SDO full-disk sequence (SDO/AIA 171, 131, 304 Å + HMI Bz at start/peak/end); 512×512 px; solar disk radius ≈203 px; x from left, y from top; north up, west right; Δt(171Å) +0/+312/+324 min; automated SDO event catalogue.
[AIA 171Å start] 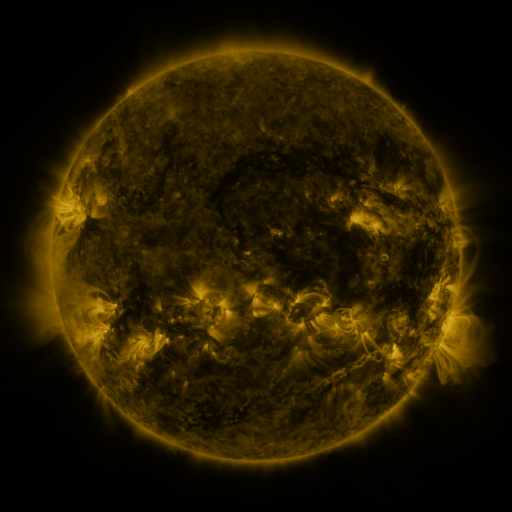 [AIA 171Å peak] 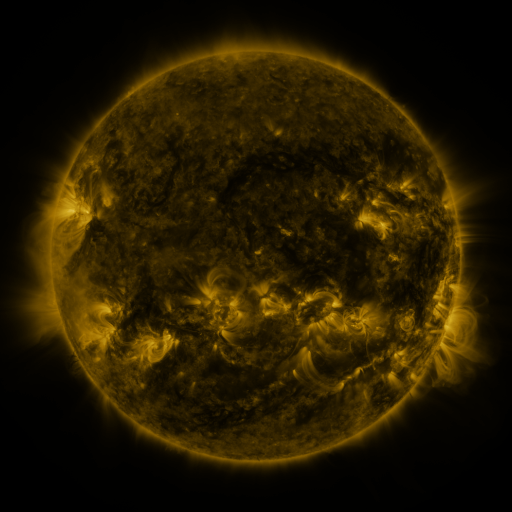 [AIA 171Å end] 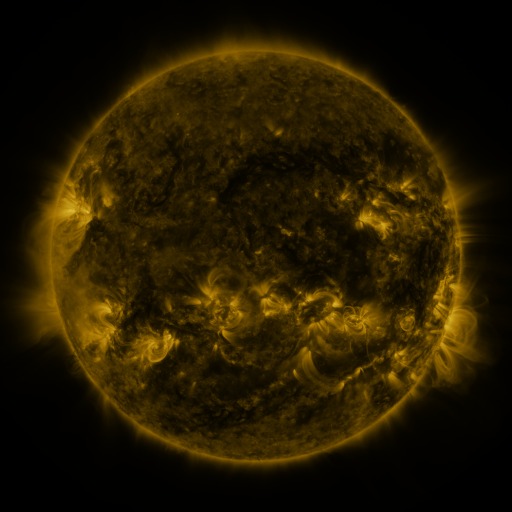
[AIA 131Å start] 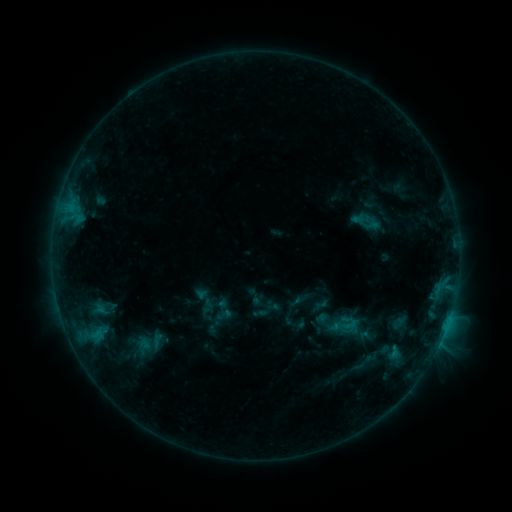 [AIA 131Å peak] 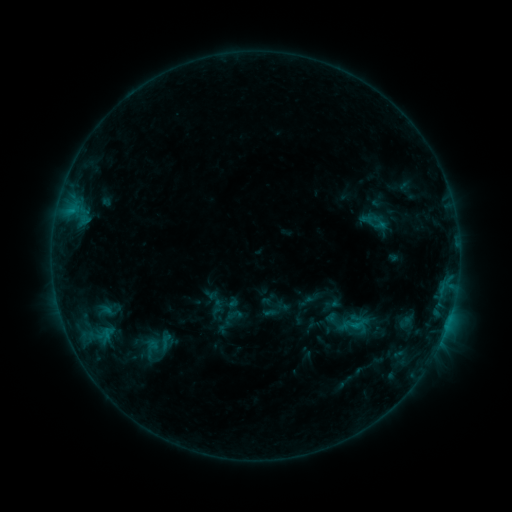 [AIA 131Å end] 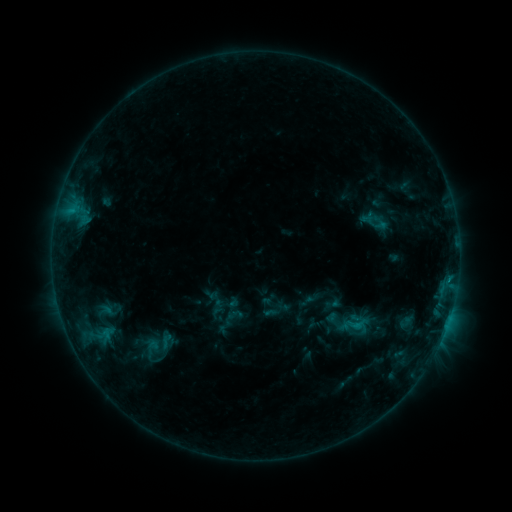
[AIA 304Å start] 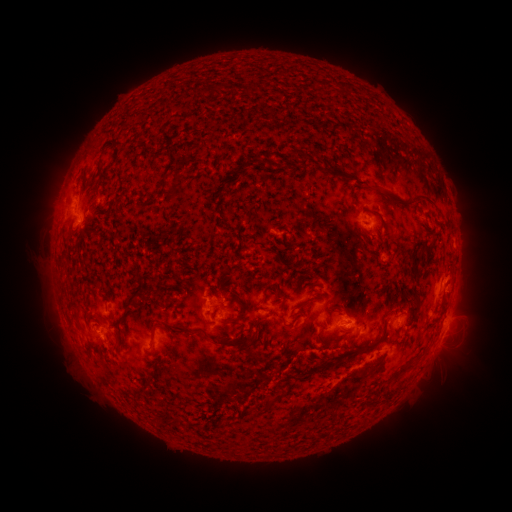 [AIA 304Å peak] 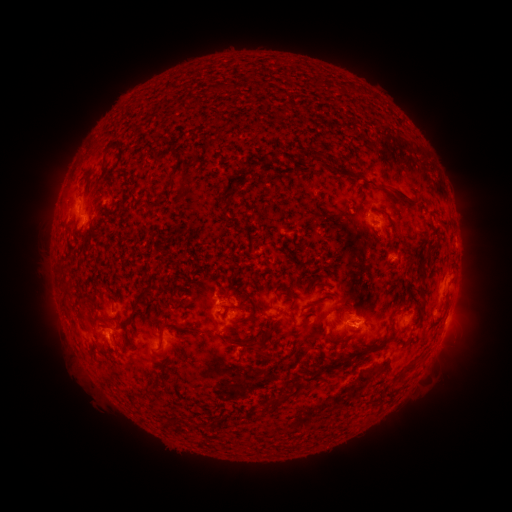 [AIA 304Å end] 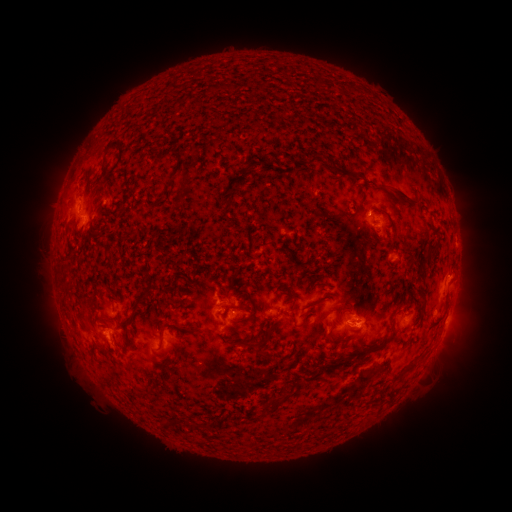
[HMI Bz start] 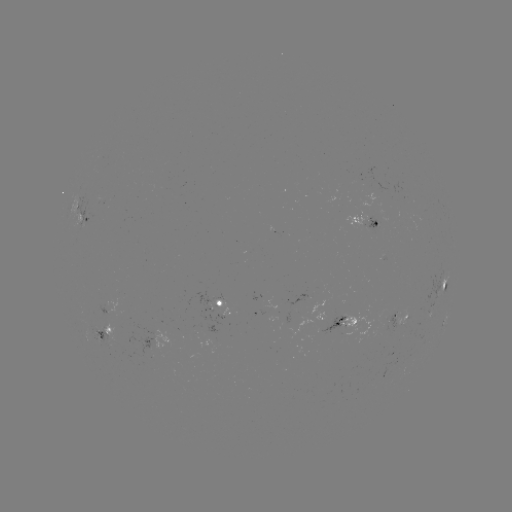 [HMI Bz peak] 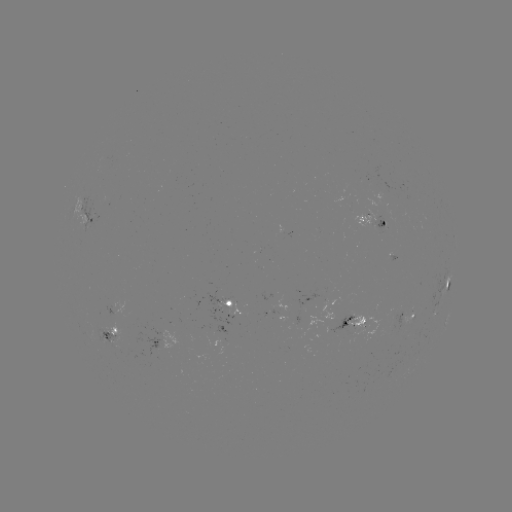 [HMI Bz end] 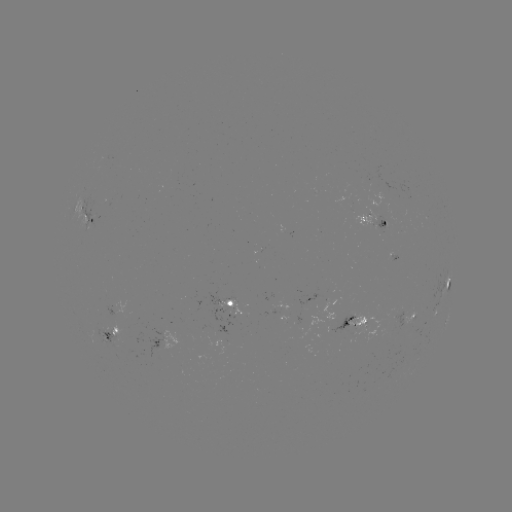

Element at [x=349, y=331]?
emerging-flux region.